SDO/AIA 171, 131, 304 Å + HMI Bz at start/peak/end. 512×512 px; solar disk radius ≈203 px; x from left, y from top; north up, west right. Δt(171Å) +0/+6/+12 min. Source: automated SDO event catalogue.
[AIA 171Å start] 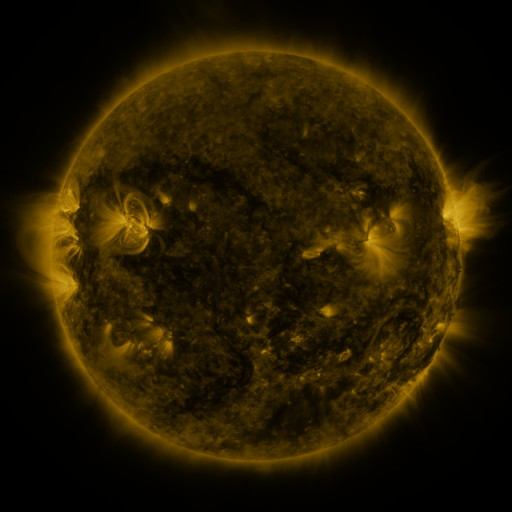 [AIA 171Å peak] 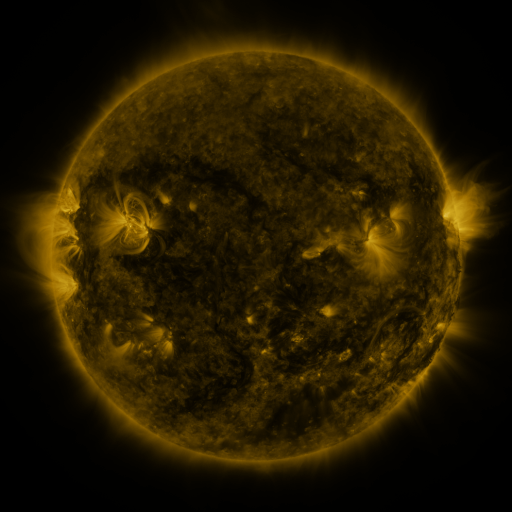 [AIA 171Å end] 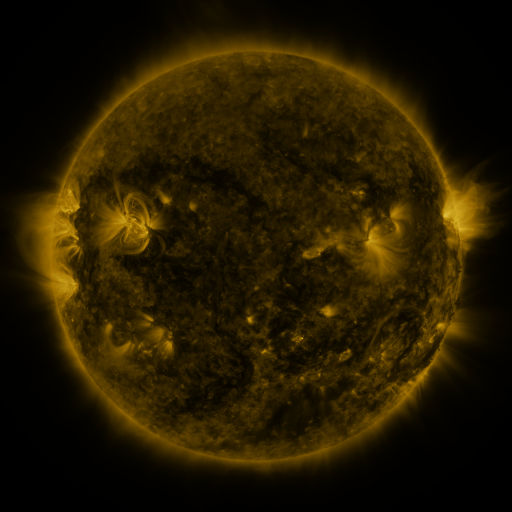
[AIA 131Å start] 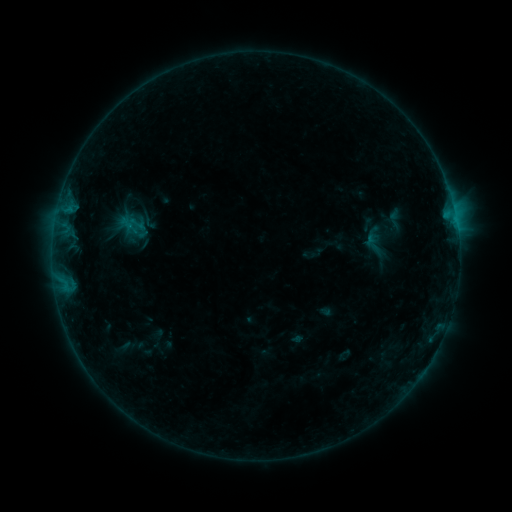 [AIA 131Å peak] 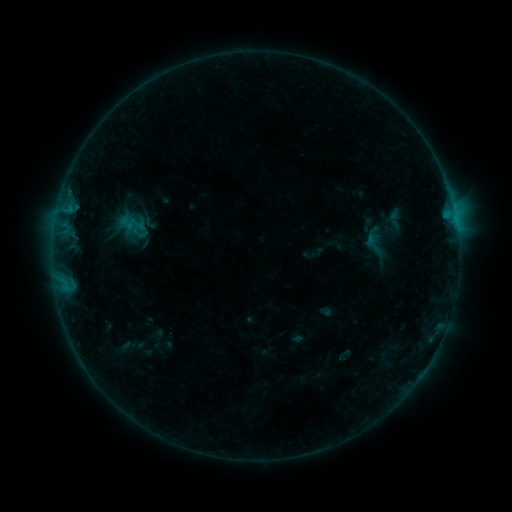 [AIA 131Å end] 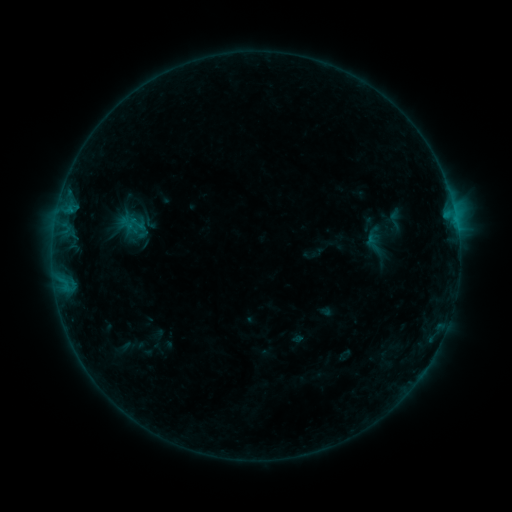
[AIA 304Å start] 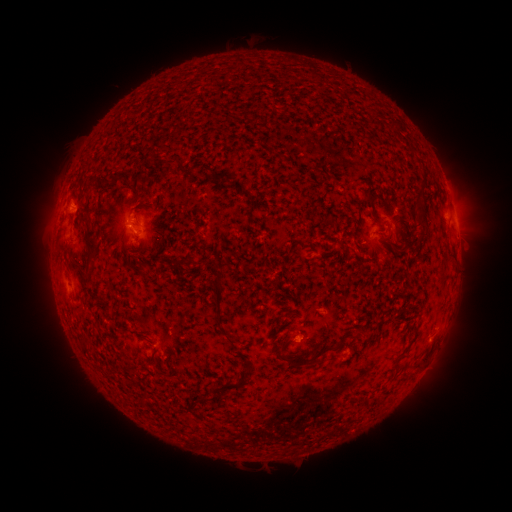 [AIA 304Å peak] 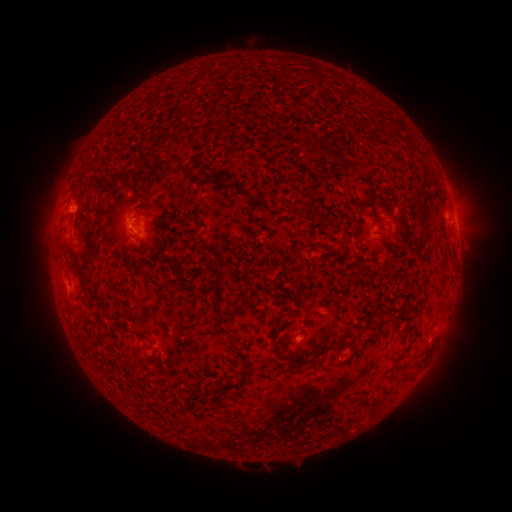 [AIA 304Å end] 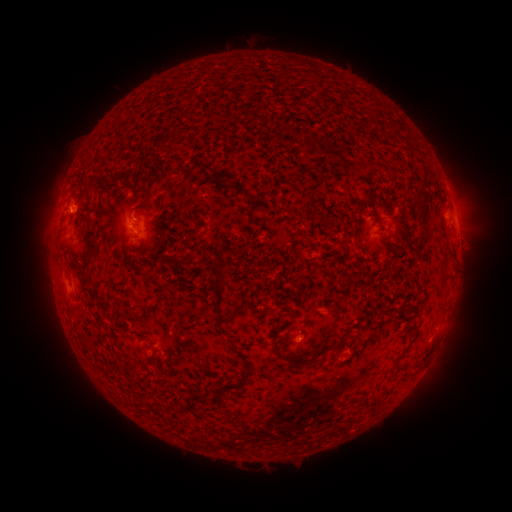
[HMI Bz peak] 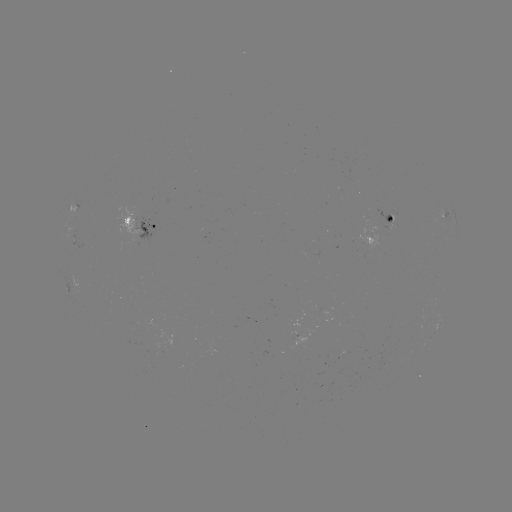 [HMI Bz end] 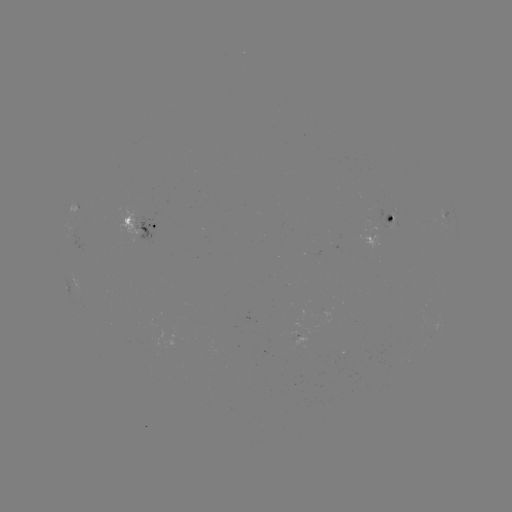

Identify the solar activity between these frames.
nothing was catalogued: no classed flare, no EUV trigger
